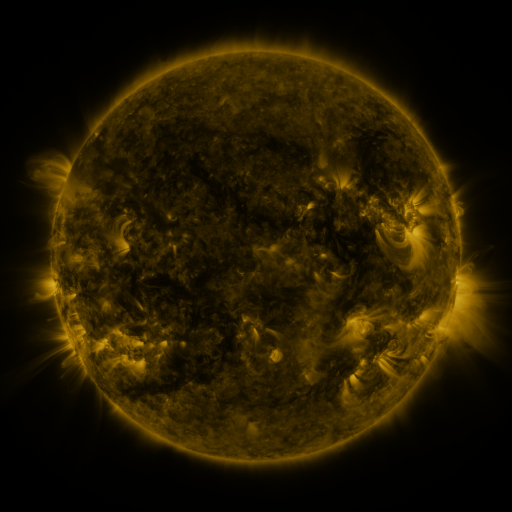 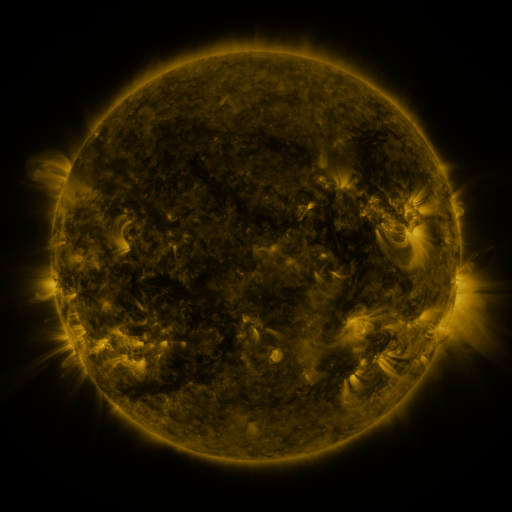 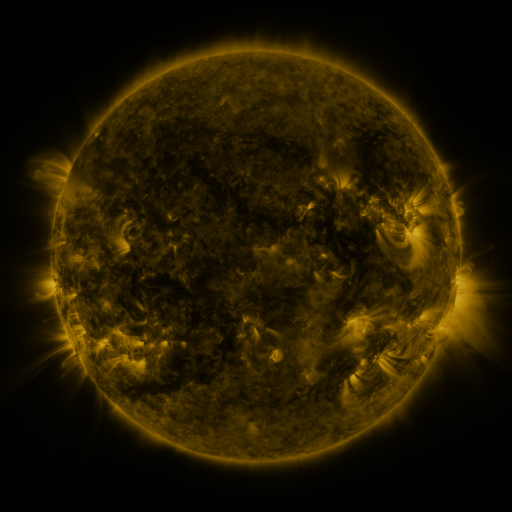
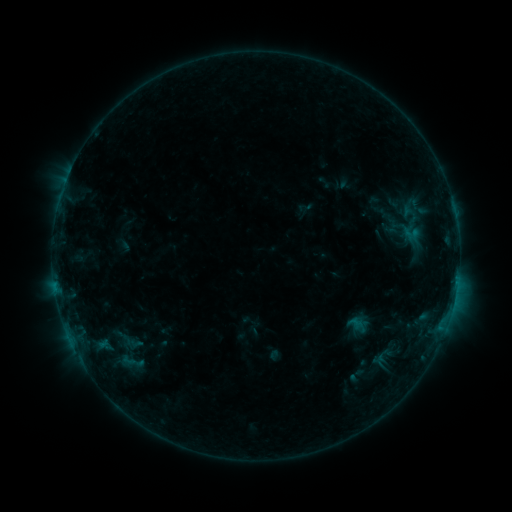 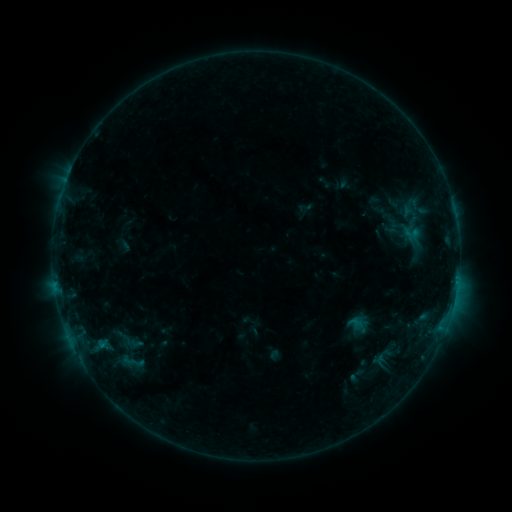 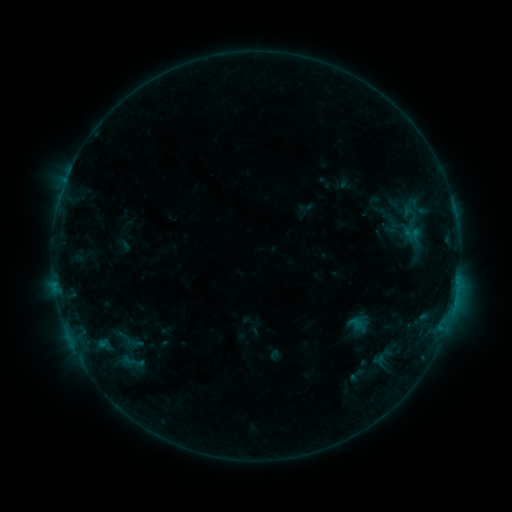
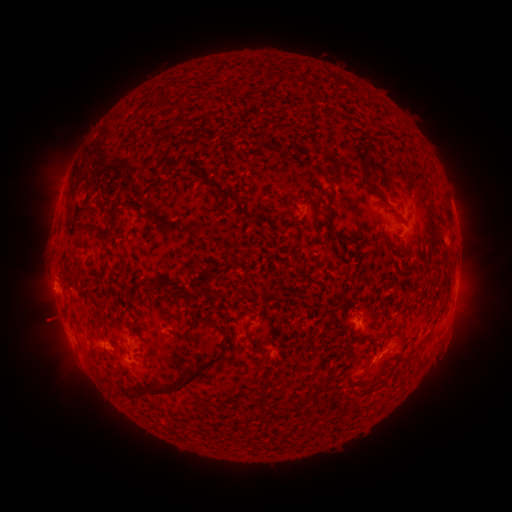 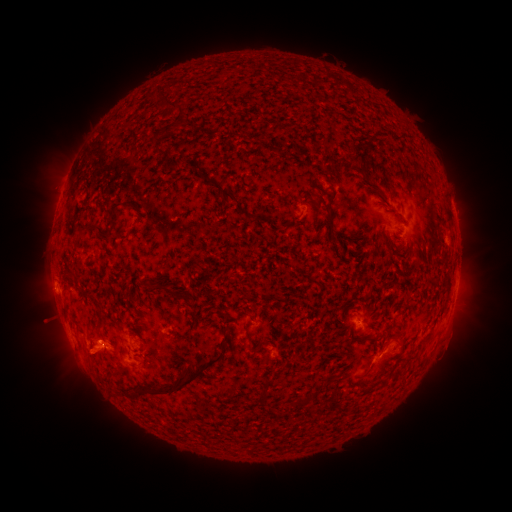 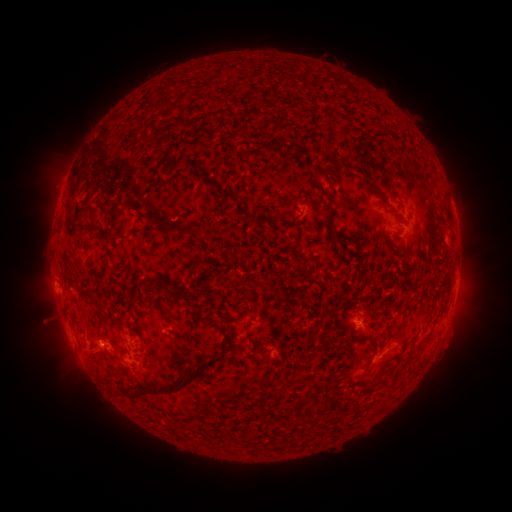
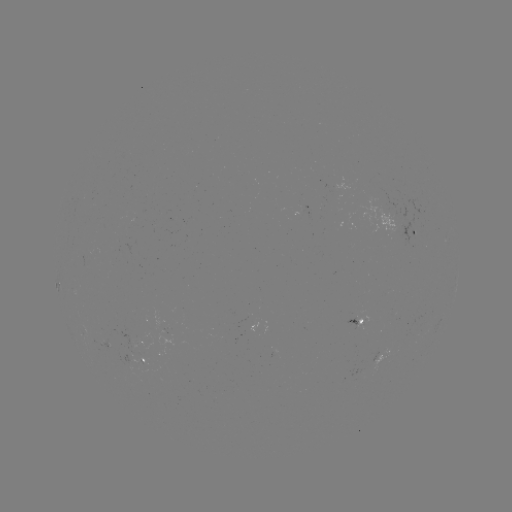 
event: eruption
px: (93, 360)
